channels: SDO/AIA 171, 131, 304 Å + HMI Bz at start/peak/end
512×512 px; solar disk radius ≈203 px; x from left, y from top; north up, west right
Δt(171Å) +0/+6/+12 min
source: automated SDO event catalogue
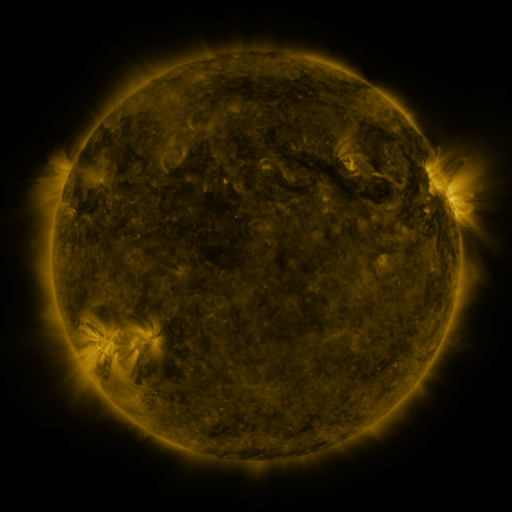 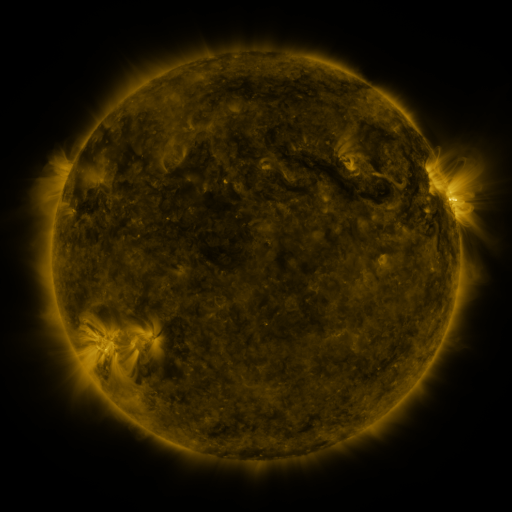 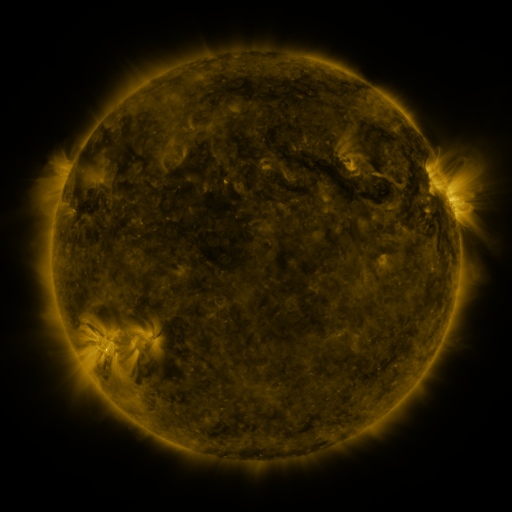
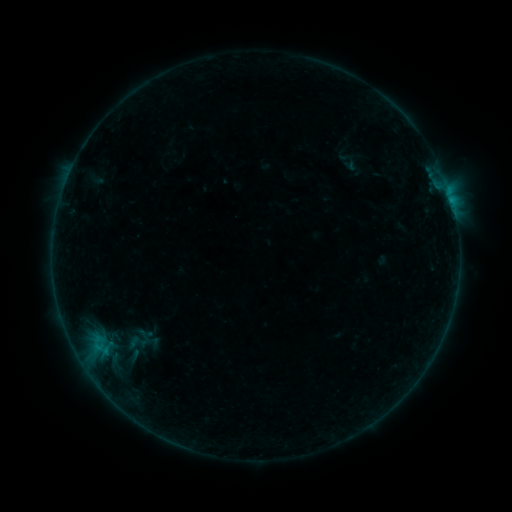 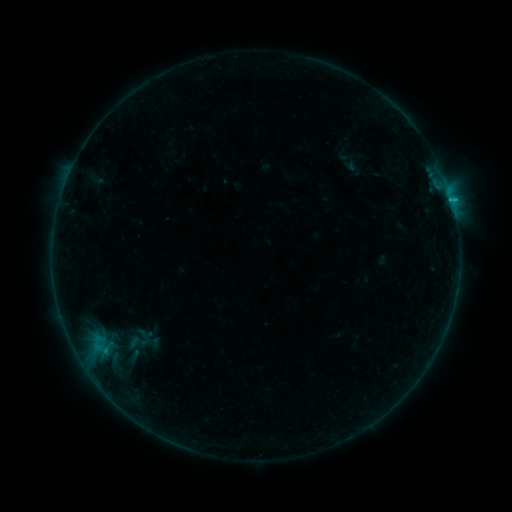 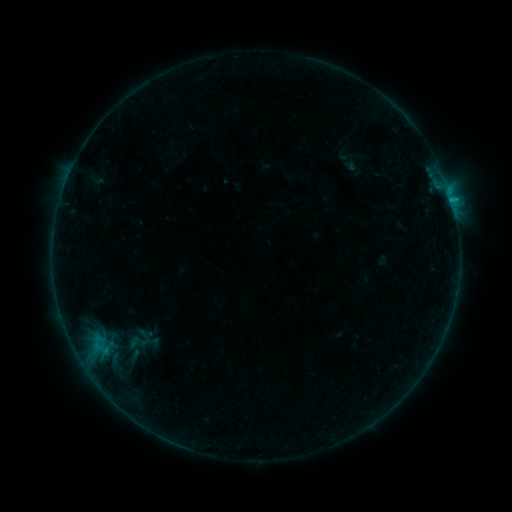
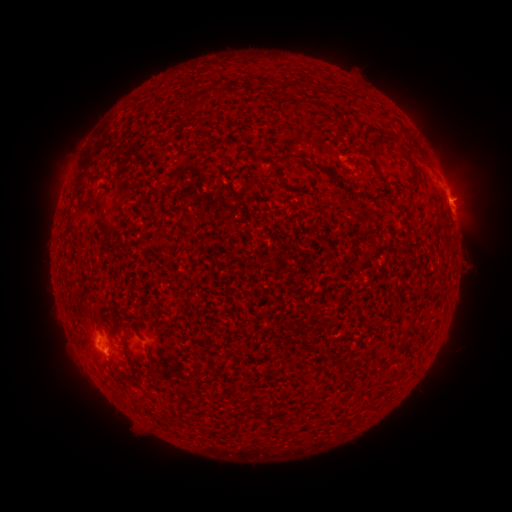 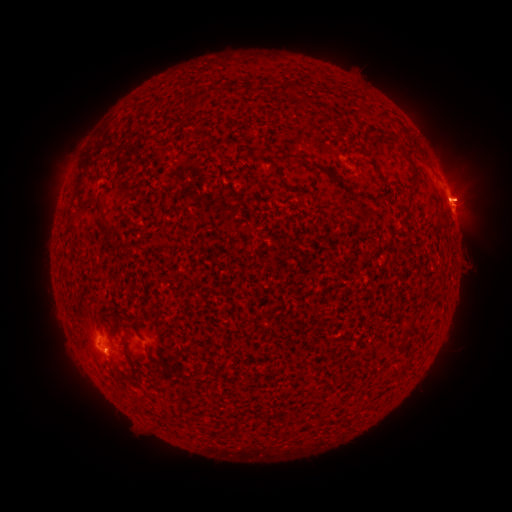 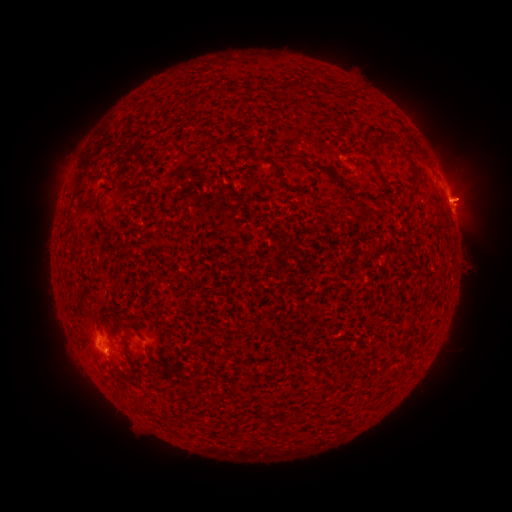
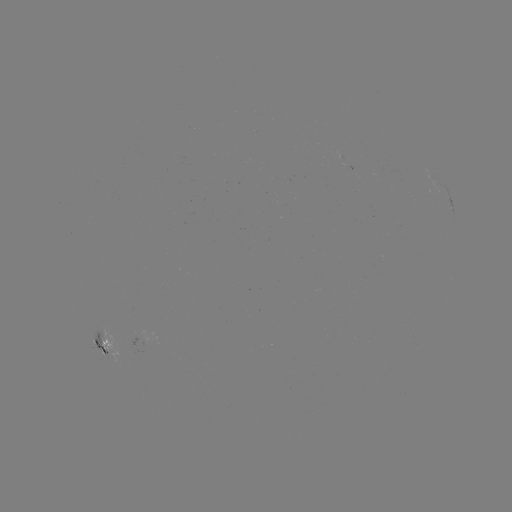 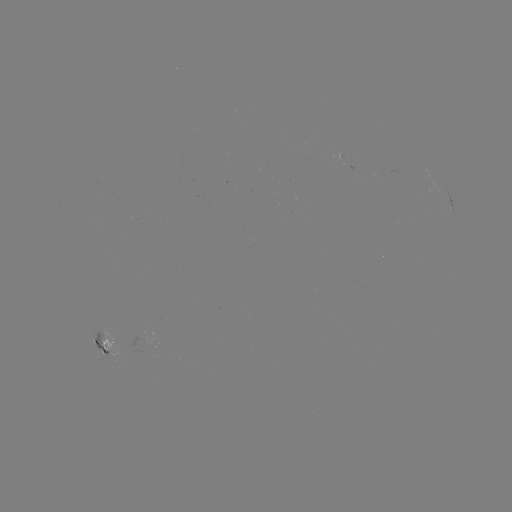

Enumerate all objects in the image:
B5.7 flare: (111, 354)
